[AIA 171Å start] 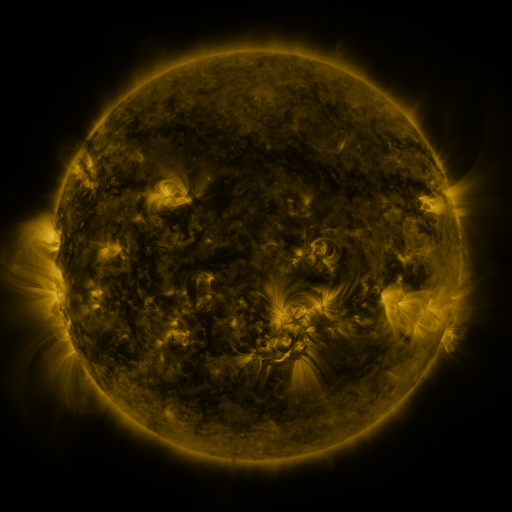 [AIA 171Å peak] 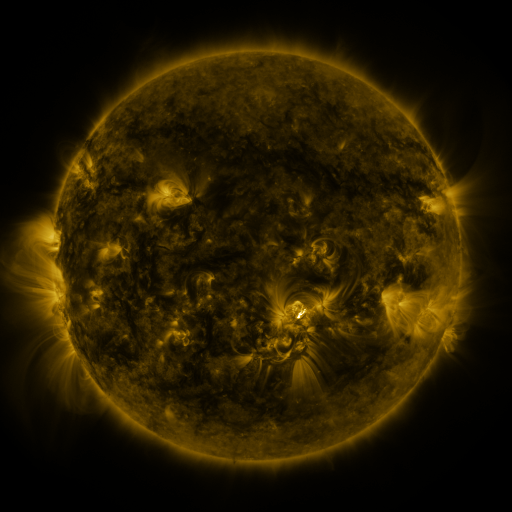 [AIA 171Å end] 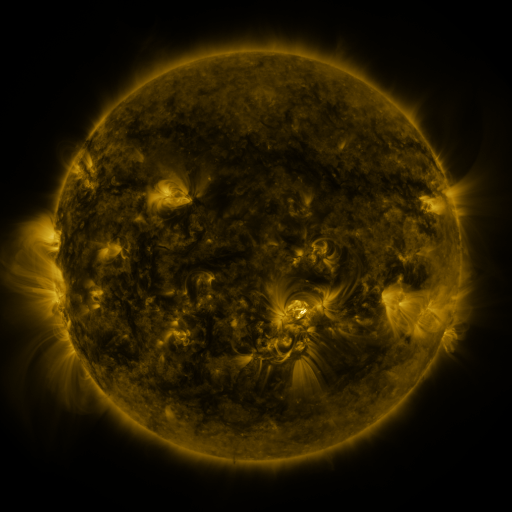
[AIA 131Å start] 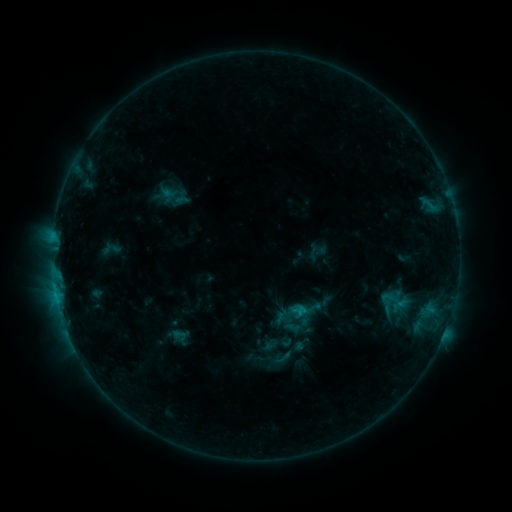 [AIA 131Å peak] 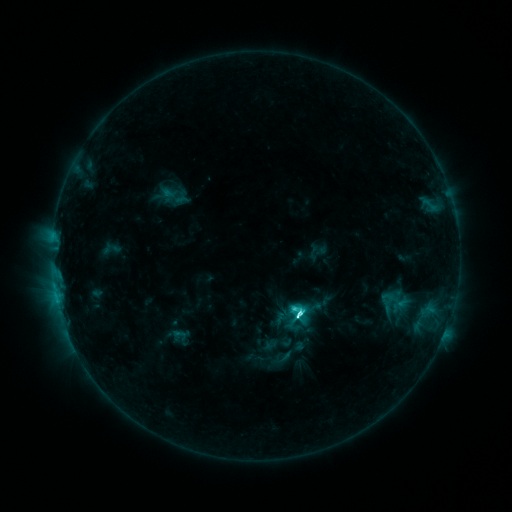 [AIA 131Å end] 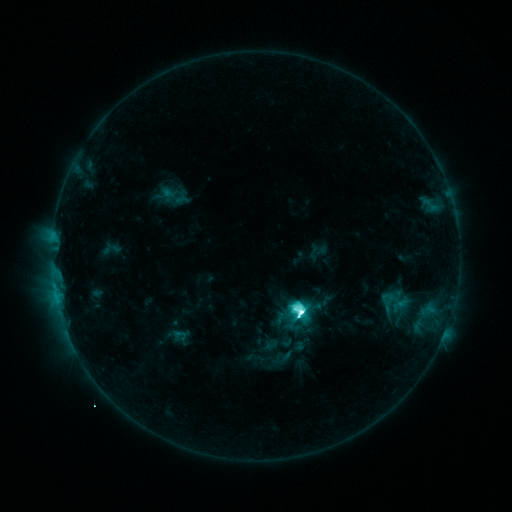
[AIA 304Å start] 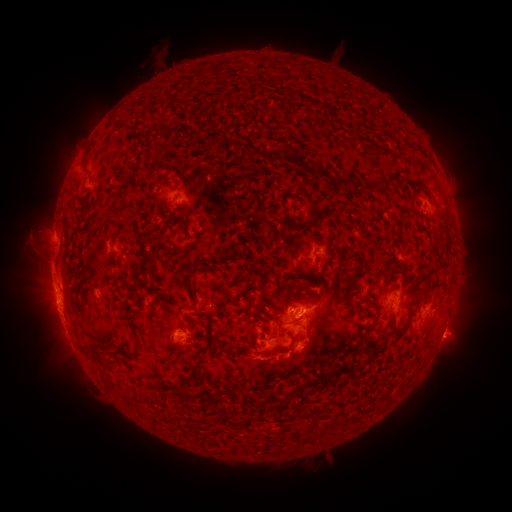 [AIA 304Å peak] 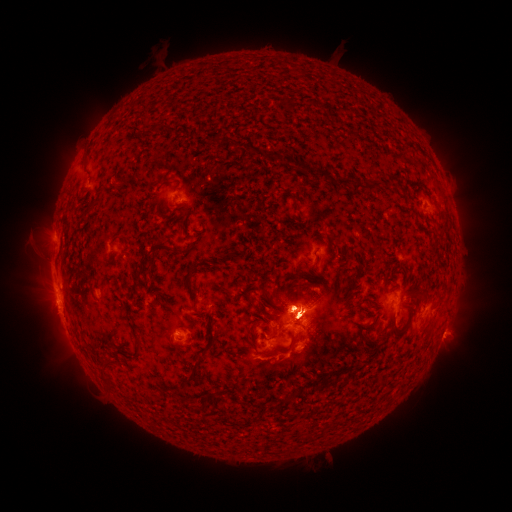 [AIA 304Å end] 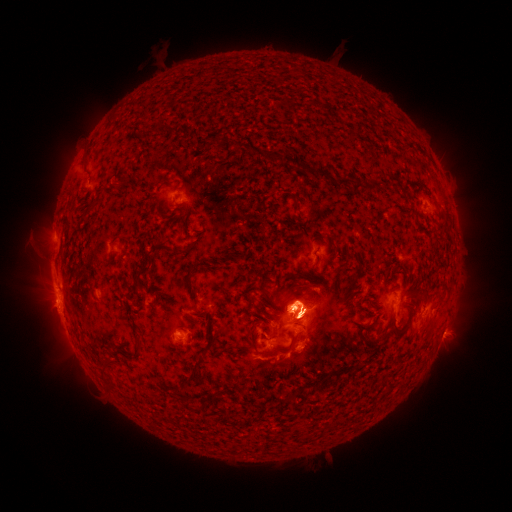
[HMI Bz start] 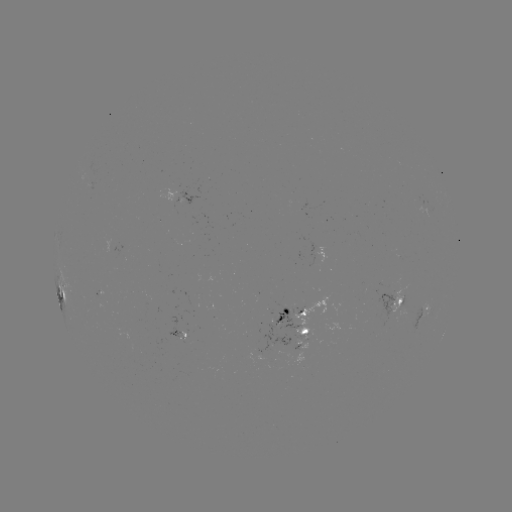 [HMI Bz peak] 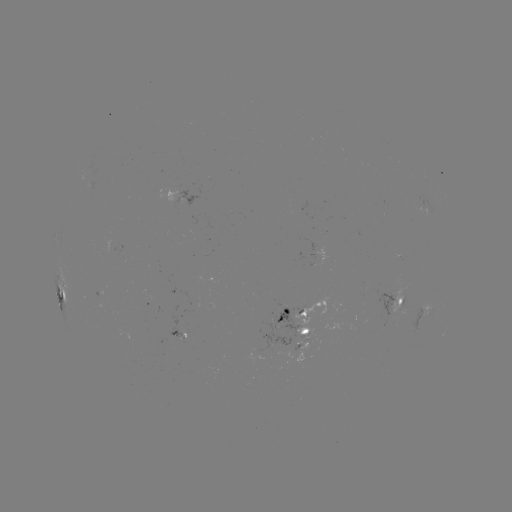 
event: flare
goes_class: M1.6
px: (297, 312)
